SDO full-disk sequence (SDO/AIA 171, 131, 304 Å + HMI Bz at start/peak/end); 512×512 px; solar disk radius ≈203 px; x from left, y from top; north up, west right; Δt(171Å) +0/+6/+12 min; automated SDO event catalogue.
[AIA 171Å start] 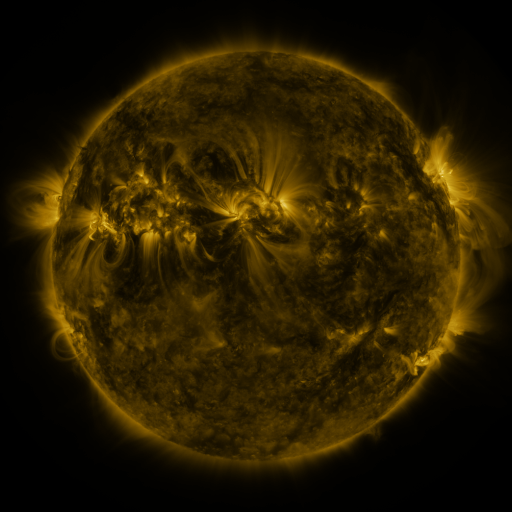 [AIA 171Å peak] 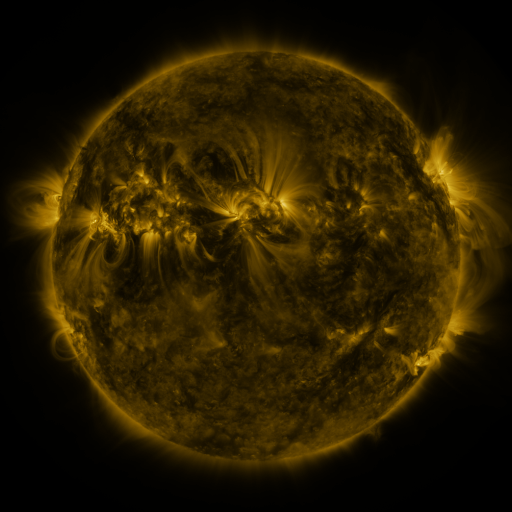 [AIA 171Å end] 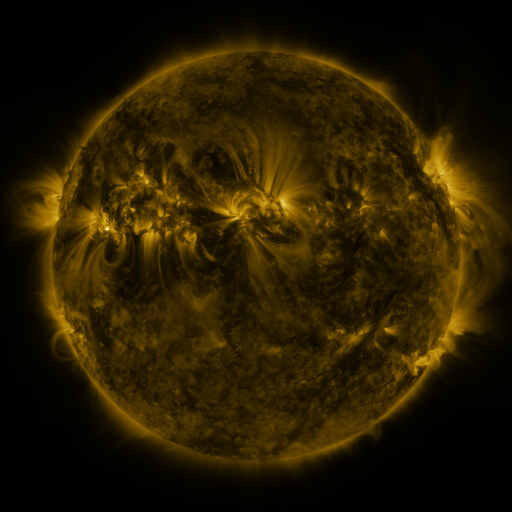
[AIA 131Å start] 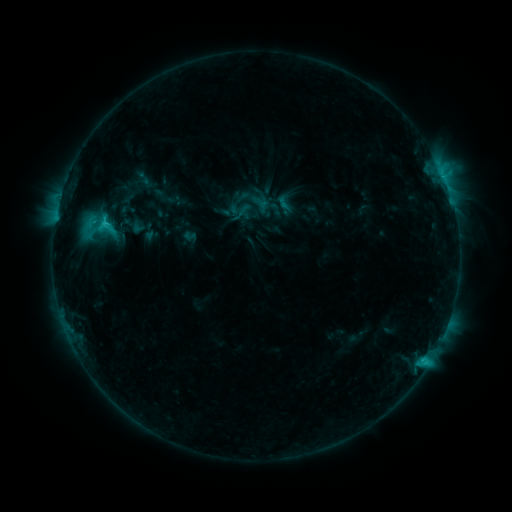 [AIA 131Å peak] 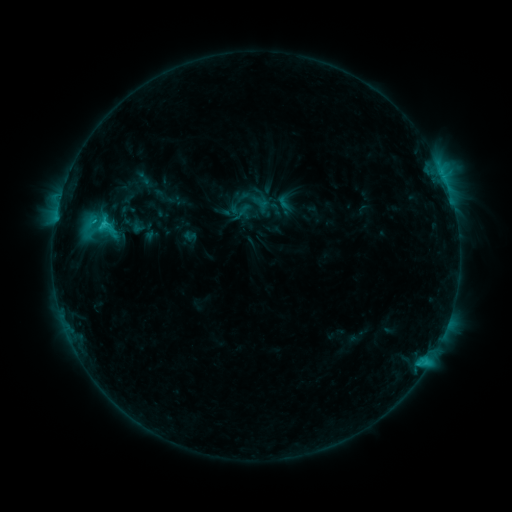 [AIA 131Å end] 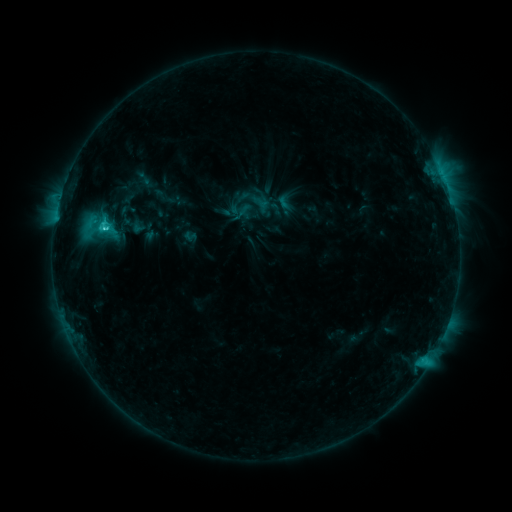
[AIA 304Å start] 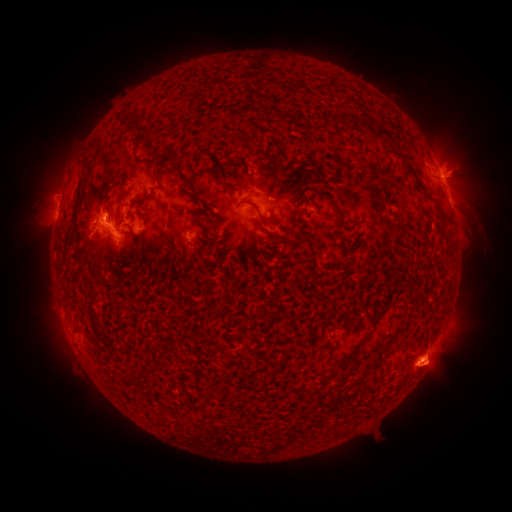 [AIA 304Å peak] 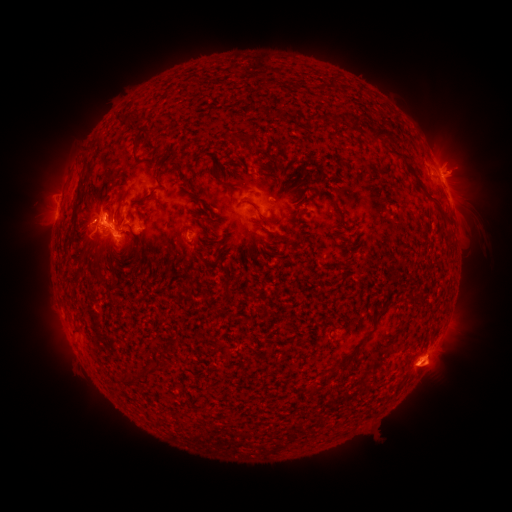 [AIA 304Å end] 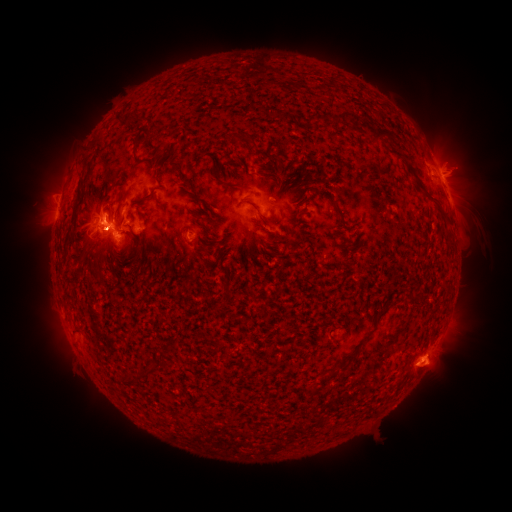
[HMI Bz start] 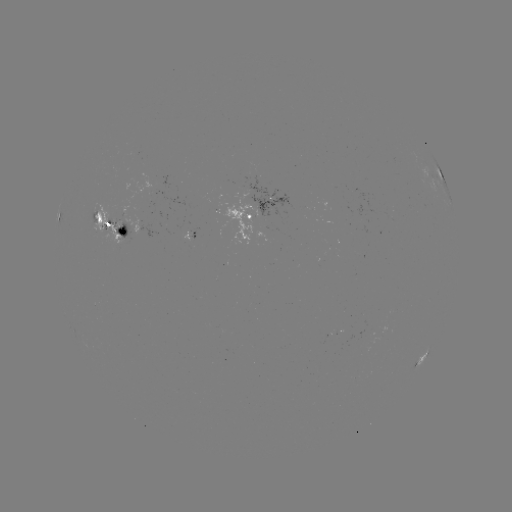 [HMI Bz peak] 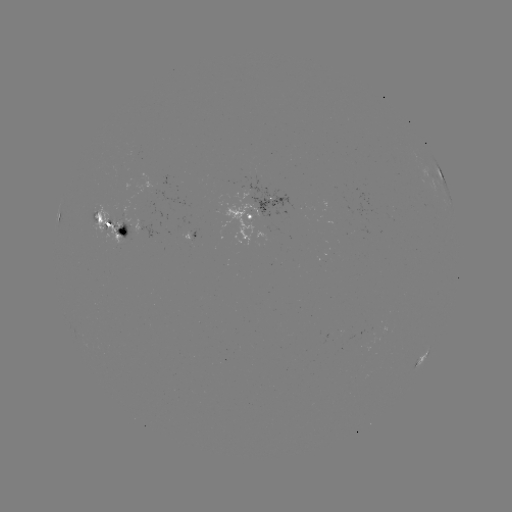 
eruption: (58, 201, 107, 252)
